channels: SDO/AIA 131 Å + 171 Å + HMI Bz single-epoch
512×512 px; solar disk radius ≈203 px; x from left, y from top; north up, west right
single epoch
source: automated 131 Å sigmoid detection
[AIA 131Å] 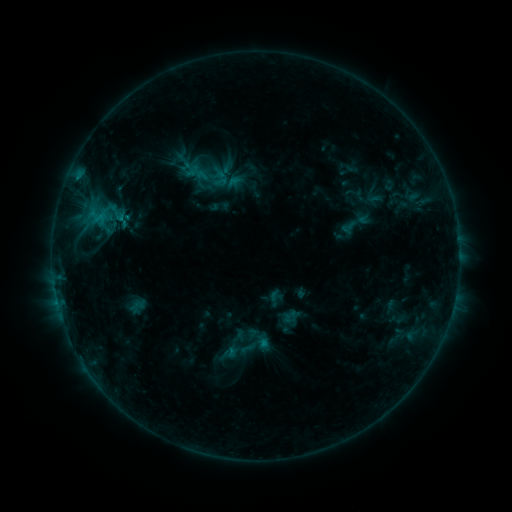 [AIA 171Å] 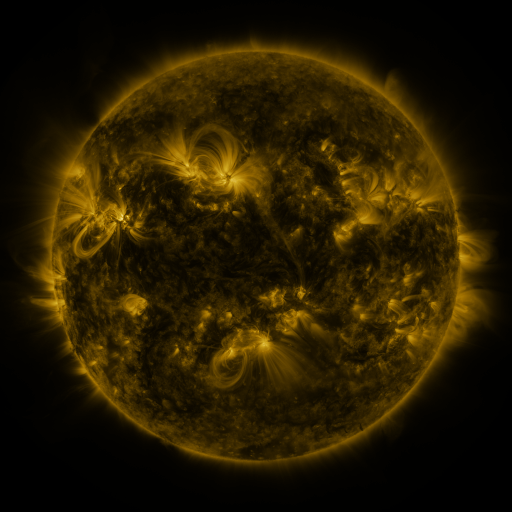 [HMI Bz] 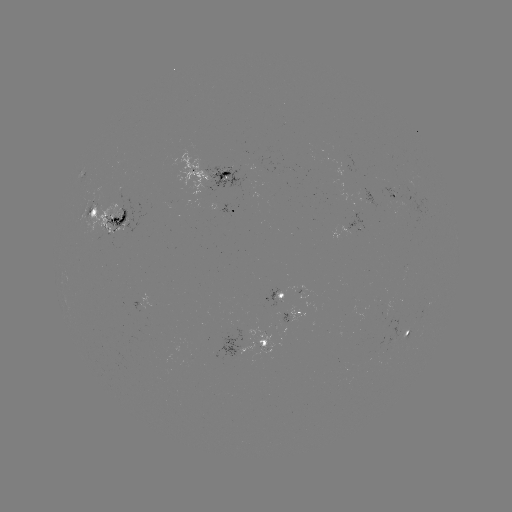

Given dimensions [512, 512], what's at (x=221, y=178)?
sigmoid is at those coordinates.